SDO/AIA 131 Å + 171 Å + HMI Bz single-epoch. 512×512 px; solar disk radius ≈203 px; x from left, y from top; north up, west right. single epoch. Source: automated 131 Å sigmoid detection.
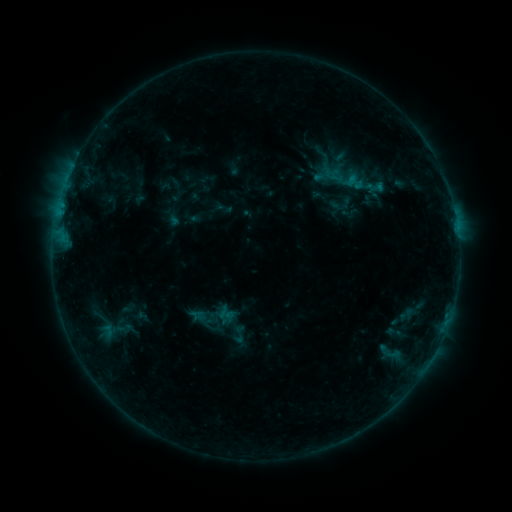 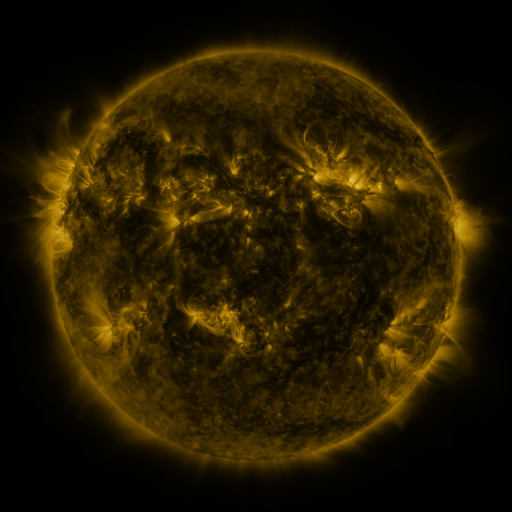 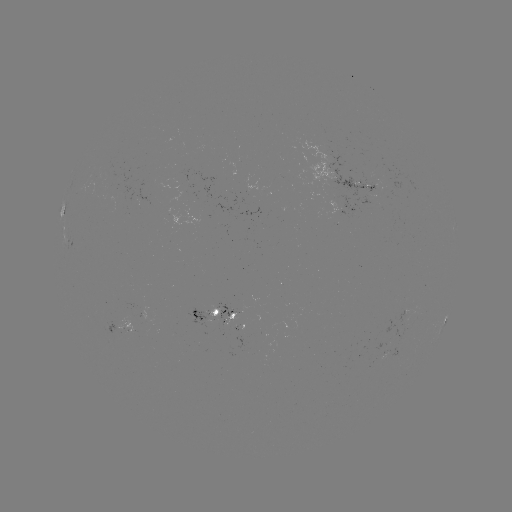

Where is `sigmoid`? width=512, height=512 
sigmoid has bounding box [227, 323, 249, 344].